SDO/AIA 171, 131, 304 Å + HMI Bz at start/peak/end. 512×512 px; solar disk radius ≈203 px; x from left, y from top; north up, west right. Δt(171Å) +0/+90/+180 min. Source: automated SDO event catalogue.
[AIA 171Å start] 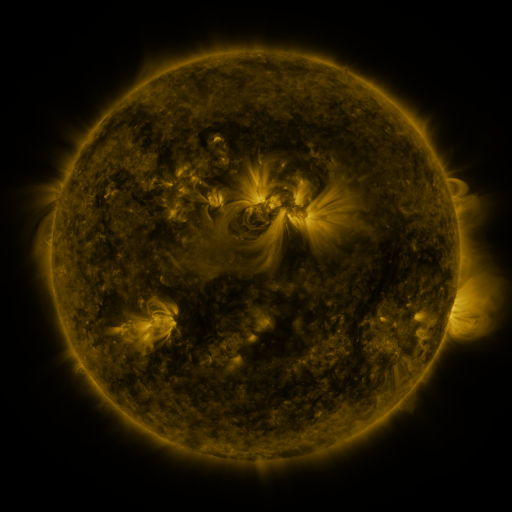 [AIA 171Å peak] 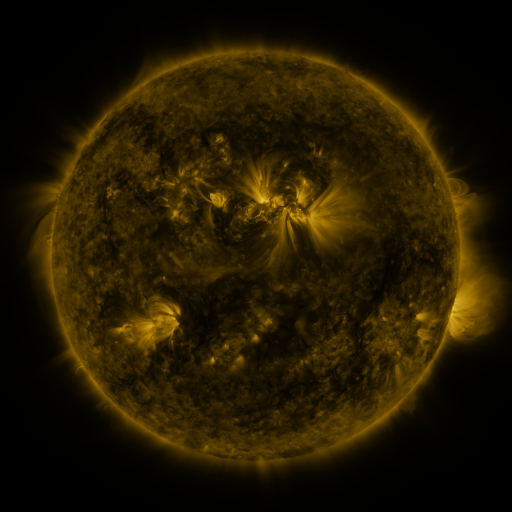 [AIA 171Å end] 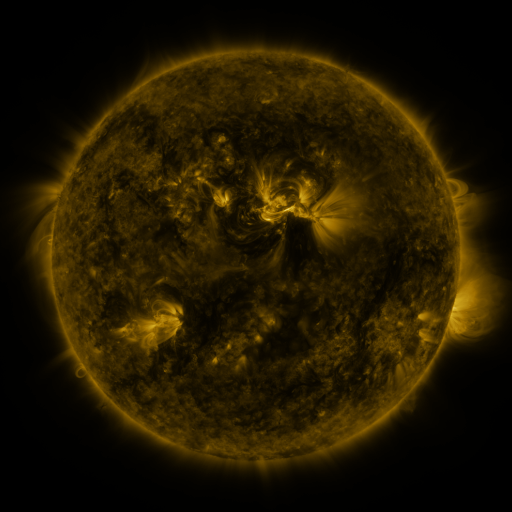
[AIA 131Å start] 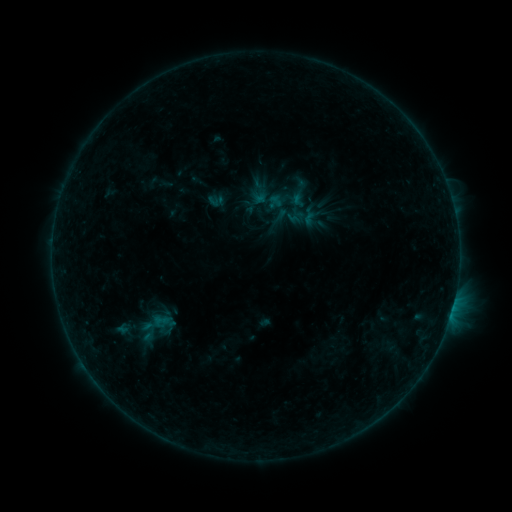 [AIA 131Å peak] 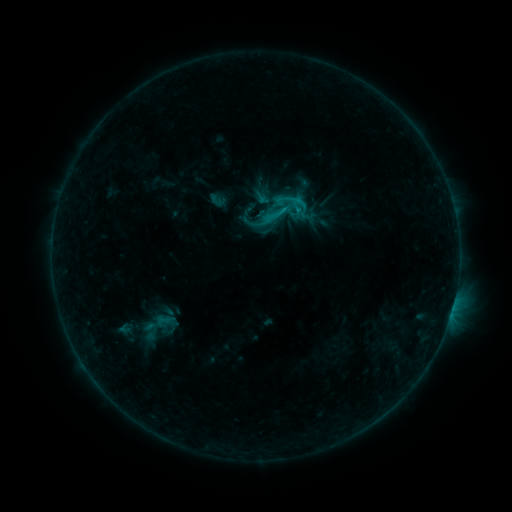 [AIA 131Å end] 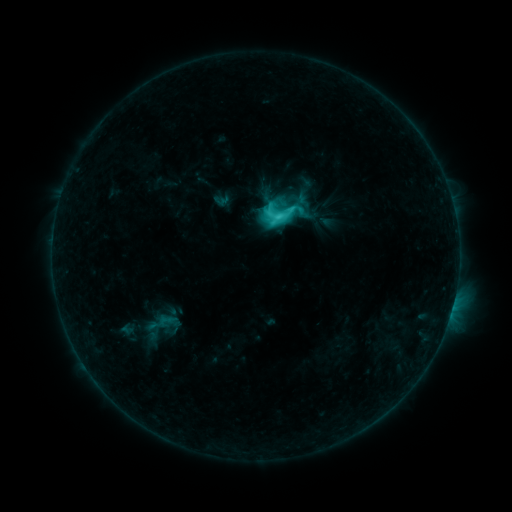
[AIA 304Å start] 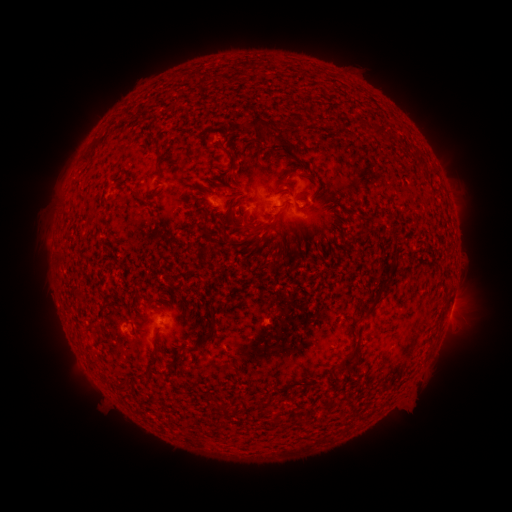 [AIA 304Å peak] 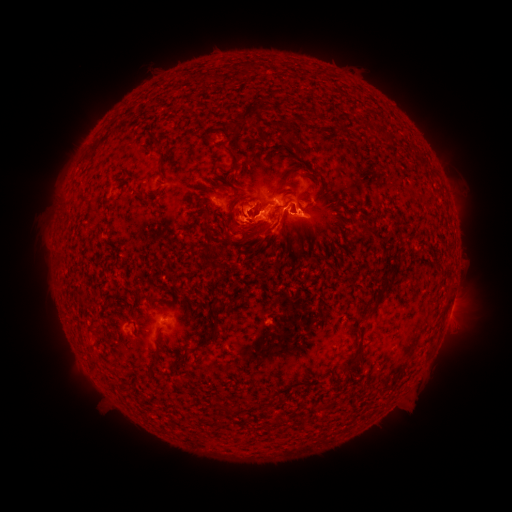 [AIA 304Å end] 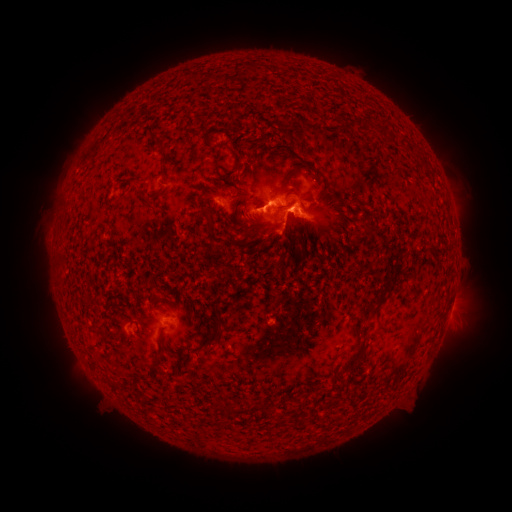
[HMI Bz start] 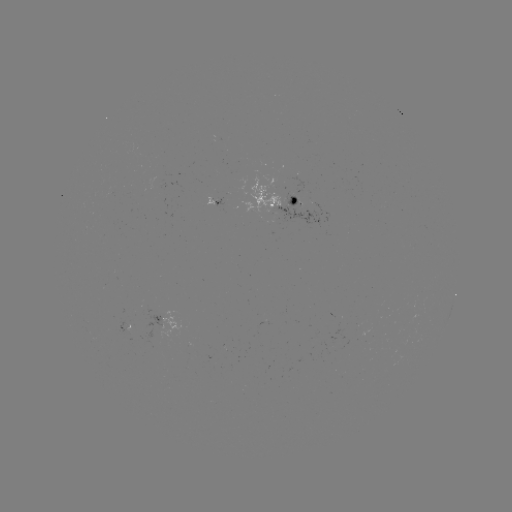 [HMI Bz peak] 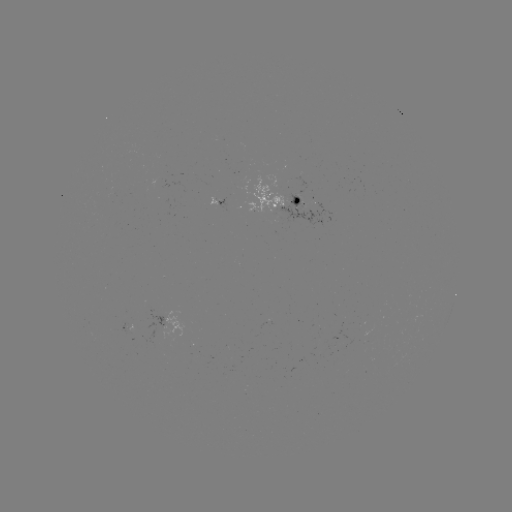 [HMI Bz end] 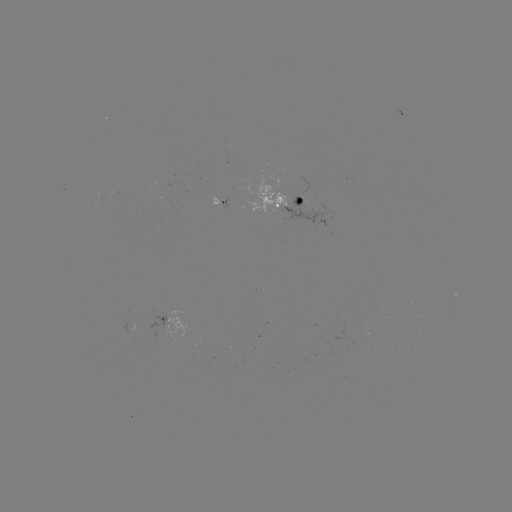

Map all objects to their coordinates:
filament eruption: (257, 238)
